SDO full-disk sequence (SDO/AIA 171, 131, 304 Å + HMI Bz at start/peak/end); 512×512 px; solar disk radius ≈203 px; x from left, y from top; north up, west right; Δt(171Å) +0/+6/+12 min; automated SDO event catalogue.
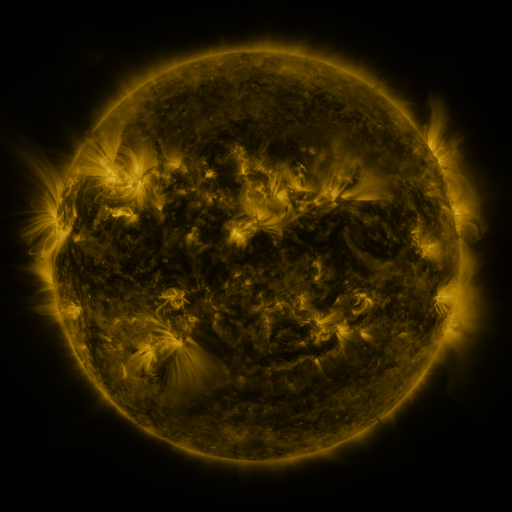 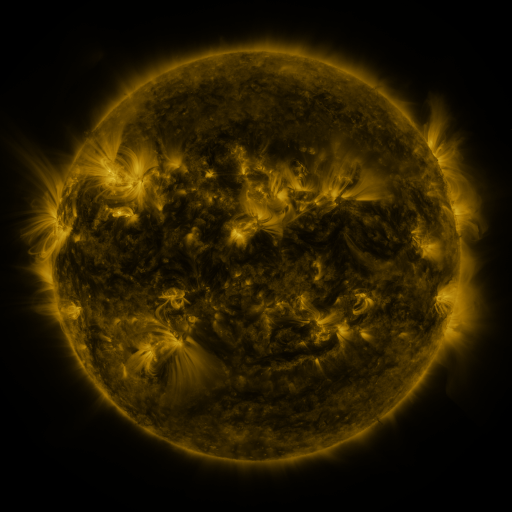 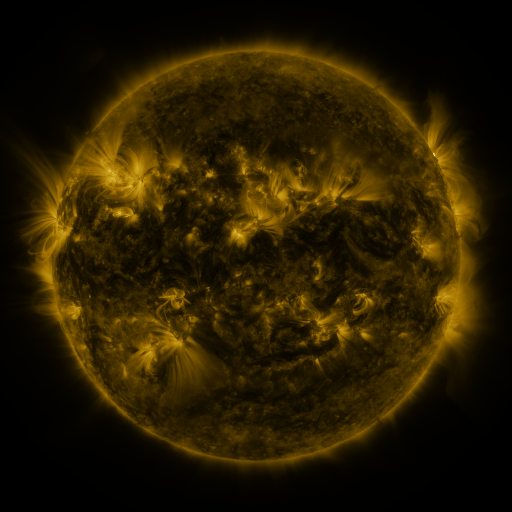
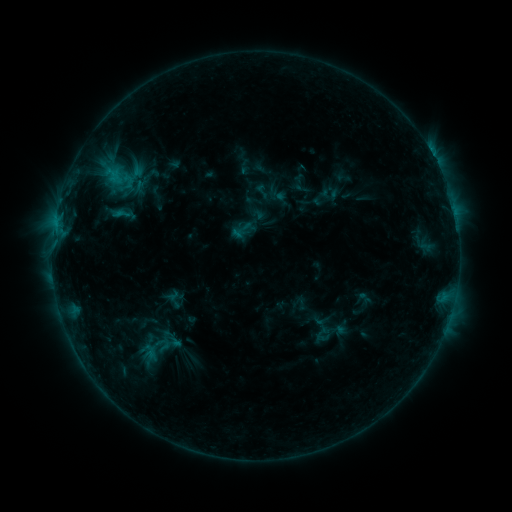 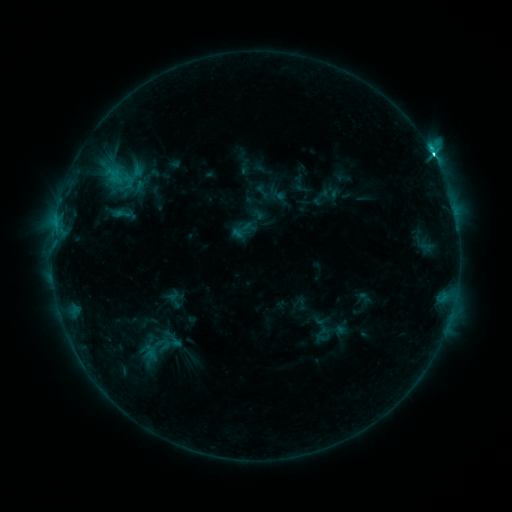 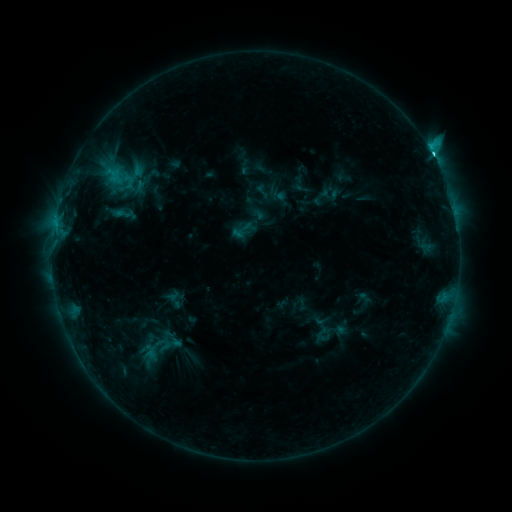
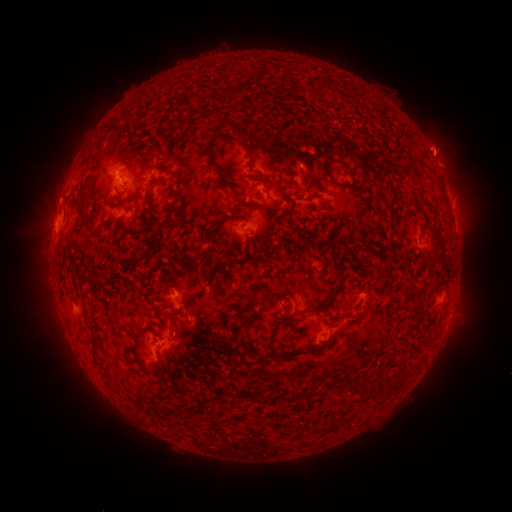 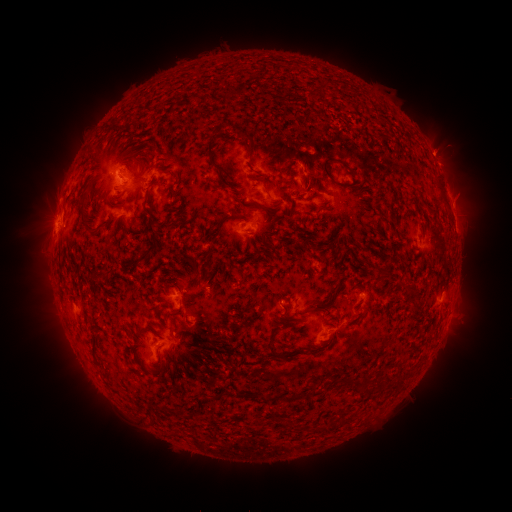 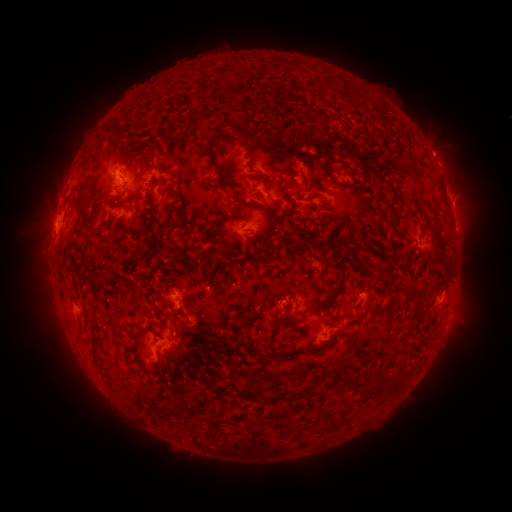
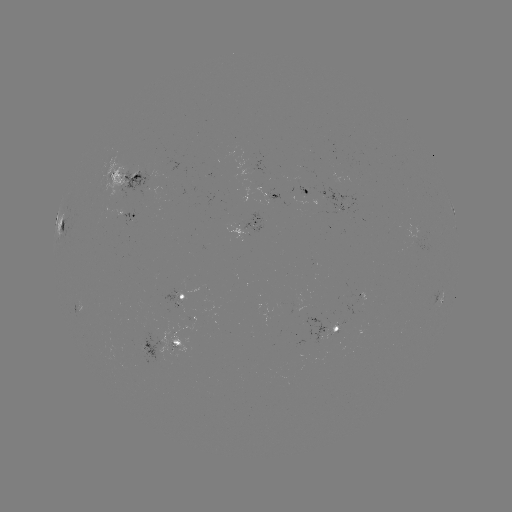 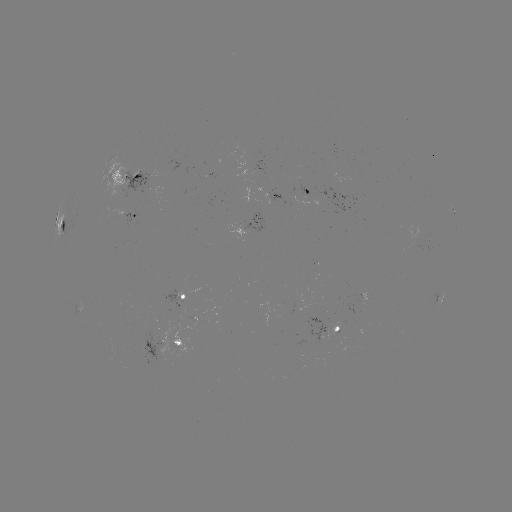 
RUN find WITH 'C4.0 flare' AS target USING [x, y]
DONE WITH [433, 157] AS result